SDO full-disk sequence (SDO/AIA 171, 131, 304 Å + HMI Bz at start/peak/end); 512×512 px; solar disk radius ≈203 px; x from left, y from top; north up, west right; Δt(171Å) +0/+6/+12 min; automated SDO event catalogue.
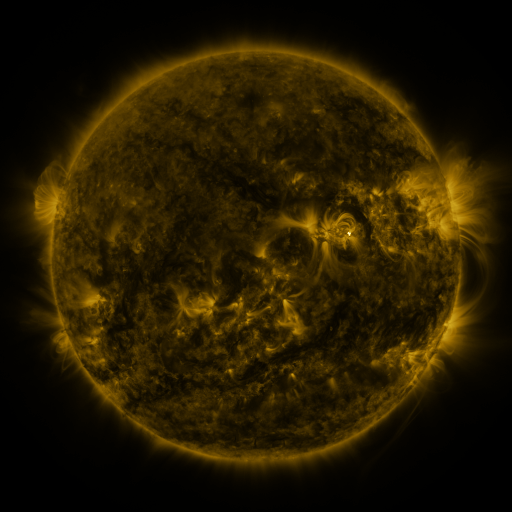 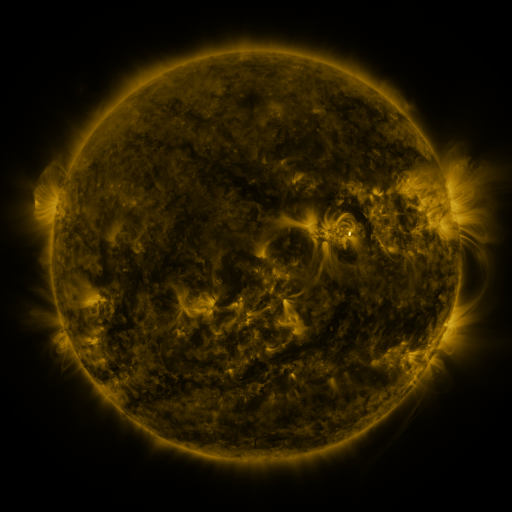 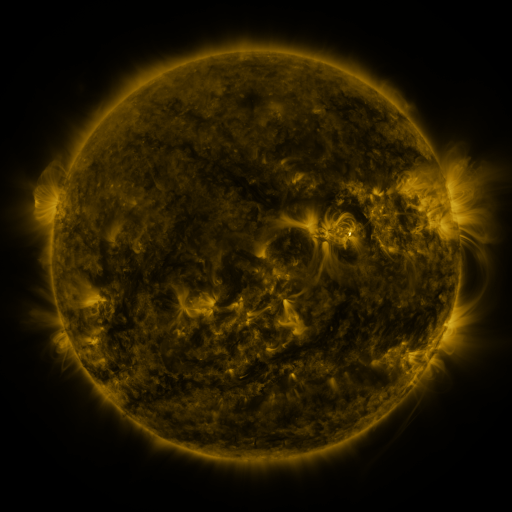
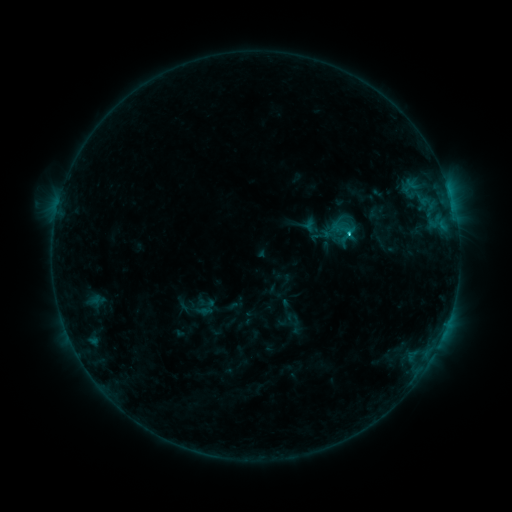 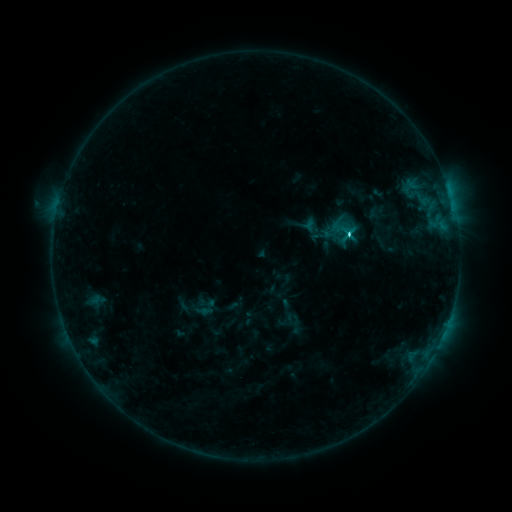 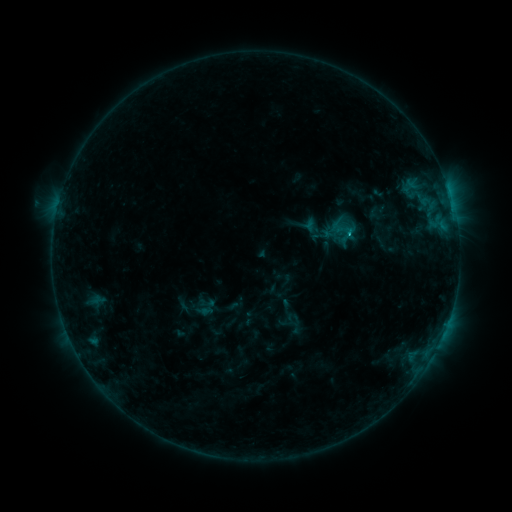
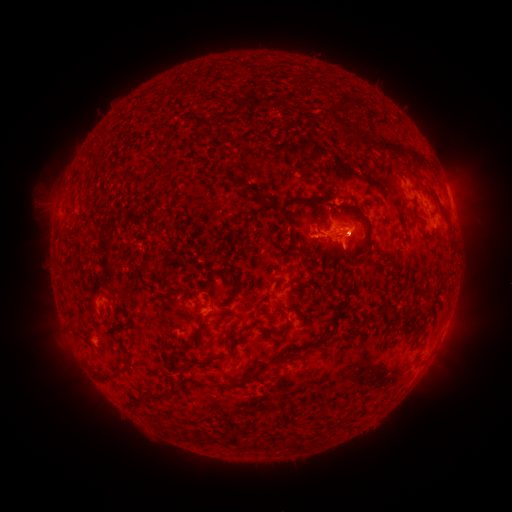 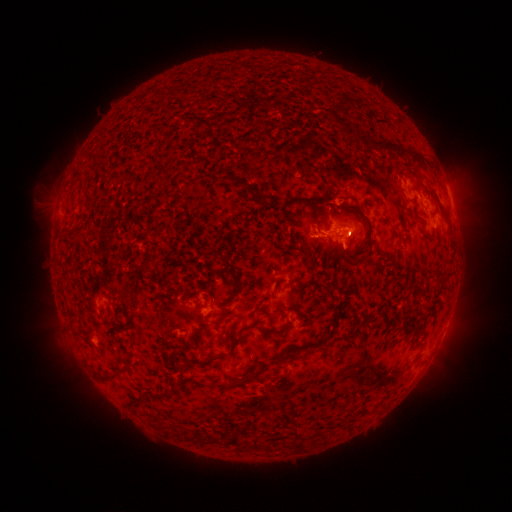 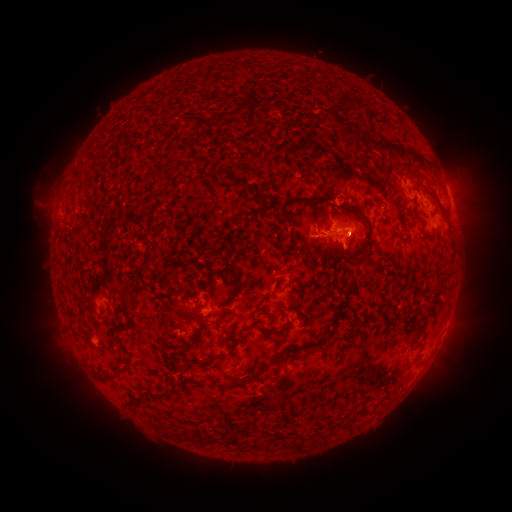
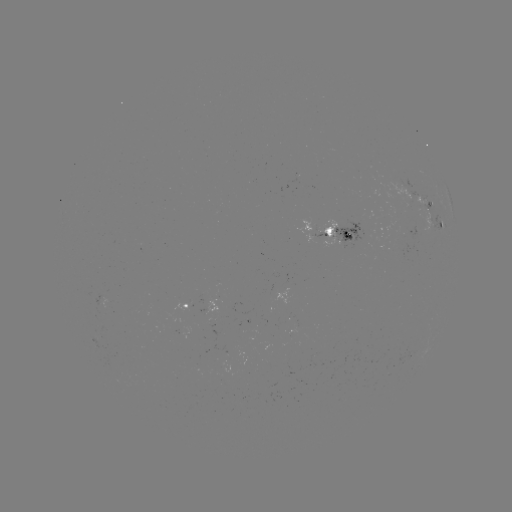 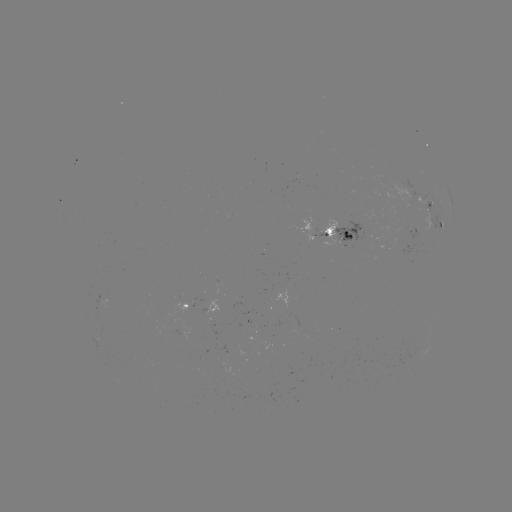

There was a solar flare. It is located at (347, 236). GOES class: C2.5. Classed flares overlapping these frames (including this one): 2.